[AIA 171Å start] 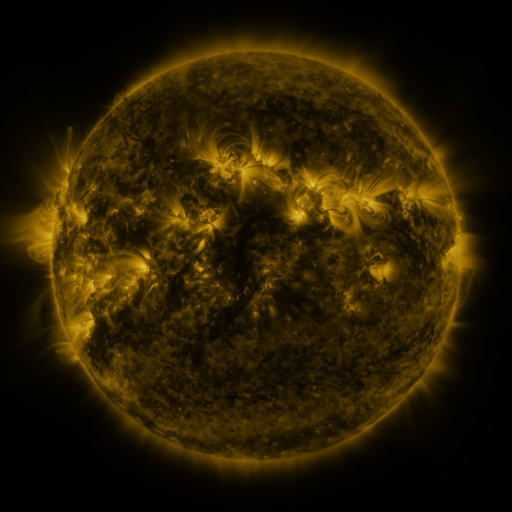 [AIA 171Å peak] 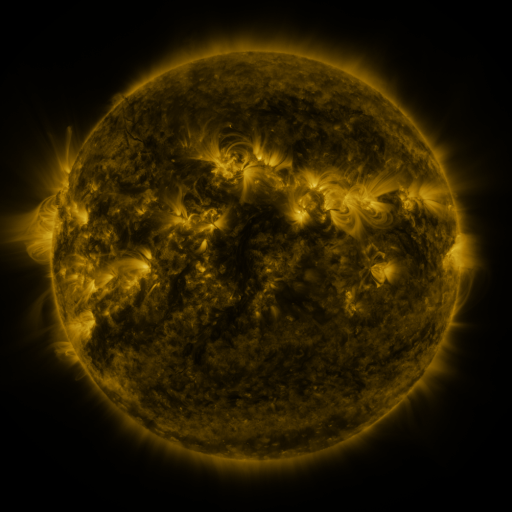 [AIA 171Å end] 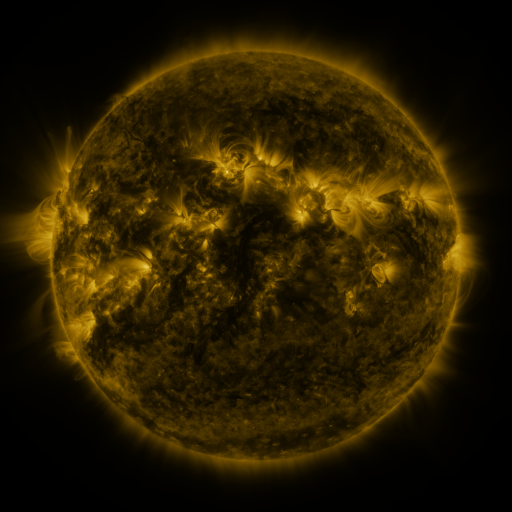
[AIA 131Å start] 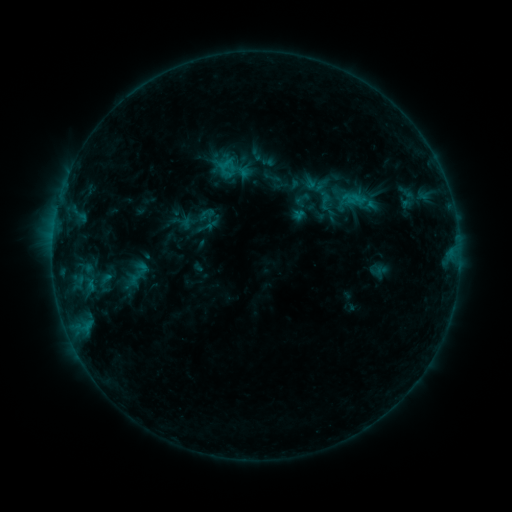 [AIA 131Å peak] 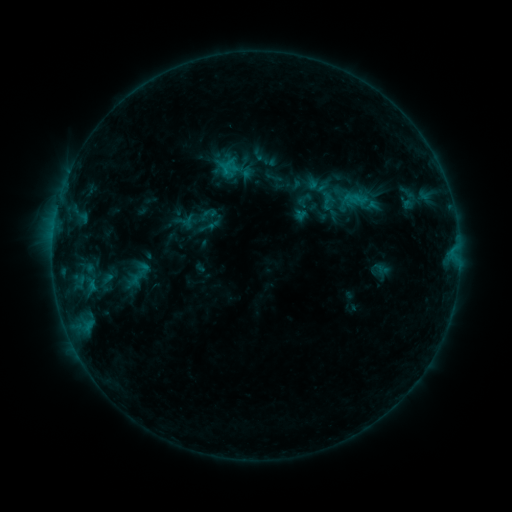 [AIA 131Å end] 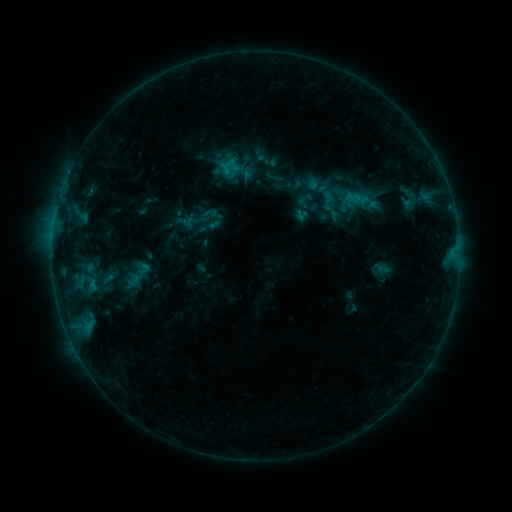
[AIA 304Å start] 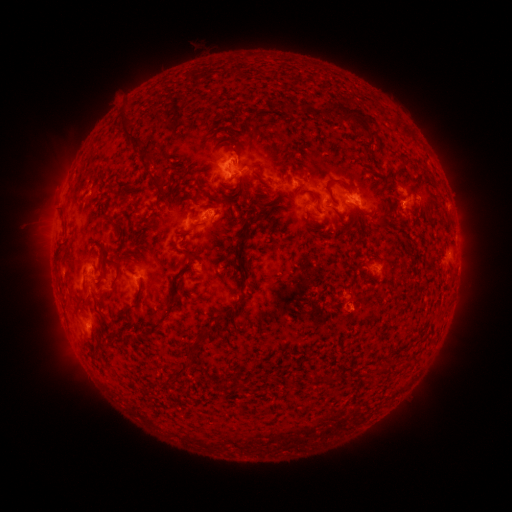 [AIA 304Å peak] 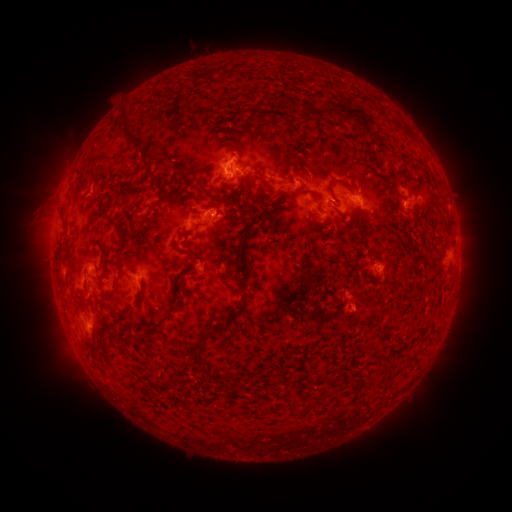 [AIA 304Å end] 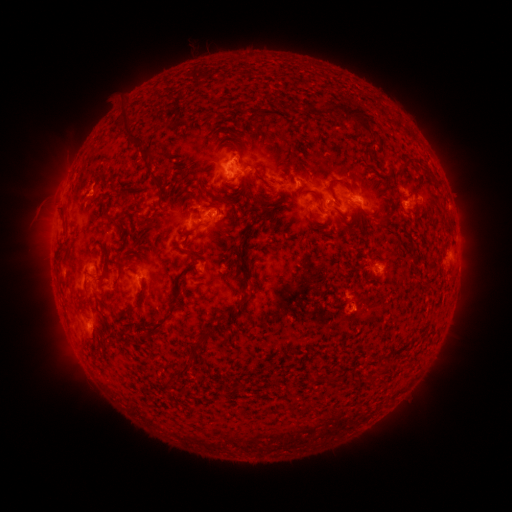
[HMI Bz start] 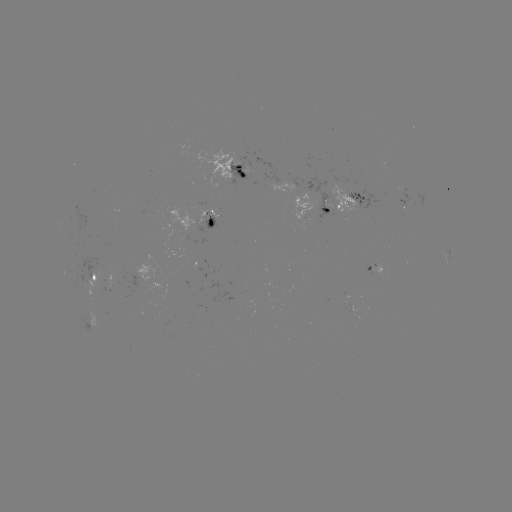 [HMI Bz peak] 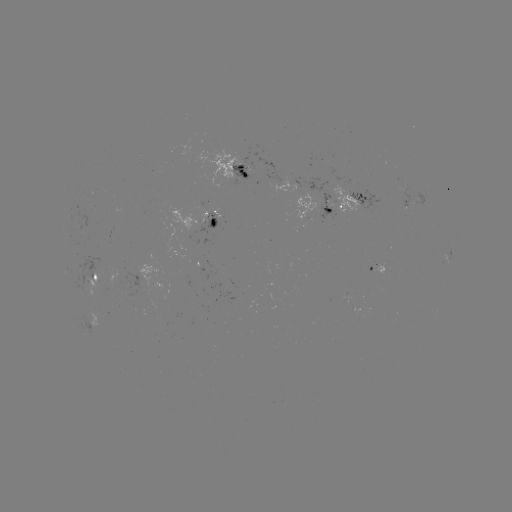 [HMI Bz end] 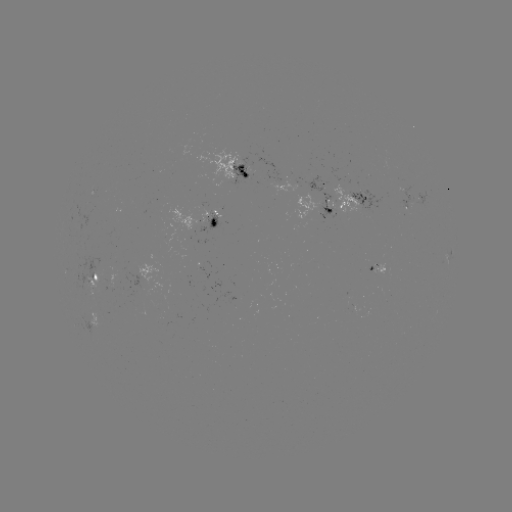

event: emerging-flux region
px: (185, 244)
